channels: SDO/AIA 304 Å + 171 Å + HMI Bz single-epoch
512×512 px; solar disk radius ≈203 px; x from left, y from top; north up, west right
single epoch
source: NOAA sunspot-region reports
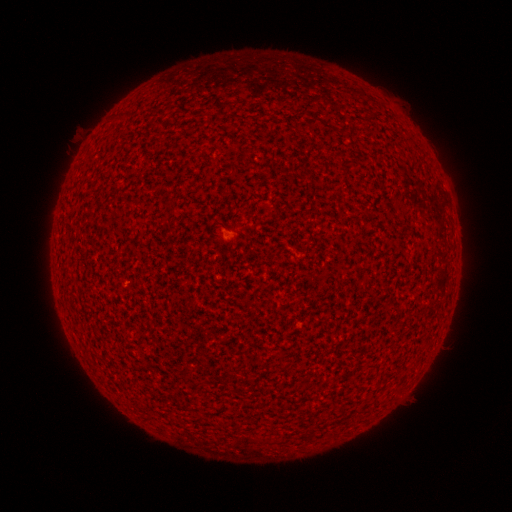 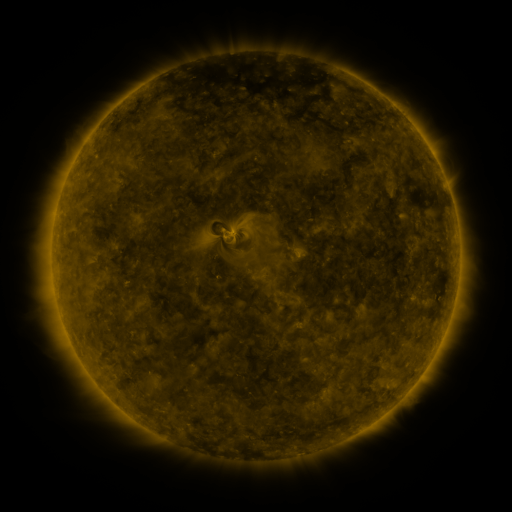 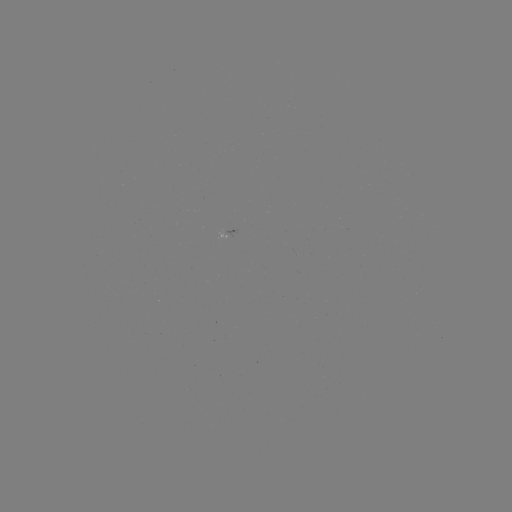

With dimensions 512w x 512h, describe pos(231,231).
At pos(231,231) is spotted active region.